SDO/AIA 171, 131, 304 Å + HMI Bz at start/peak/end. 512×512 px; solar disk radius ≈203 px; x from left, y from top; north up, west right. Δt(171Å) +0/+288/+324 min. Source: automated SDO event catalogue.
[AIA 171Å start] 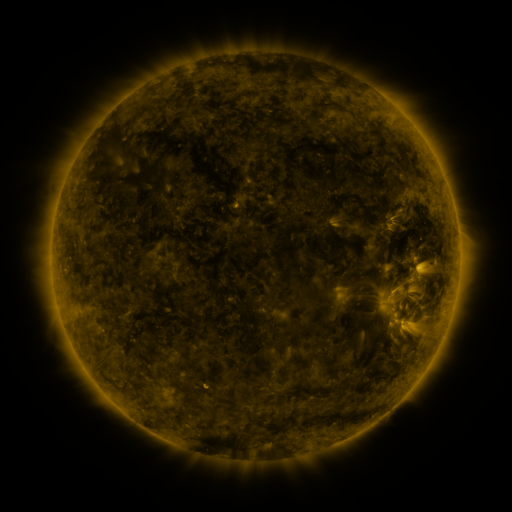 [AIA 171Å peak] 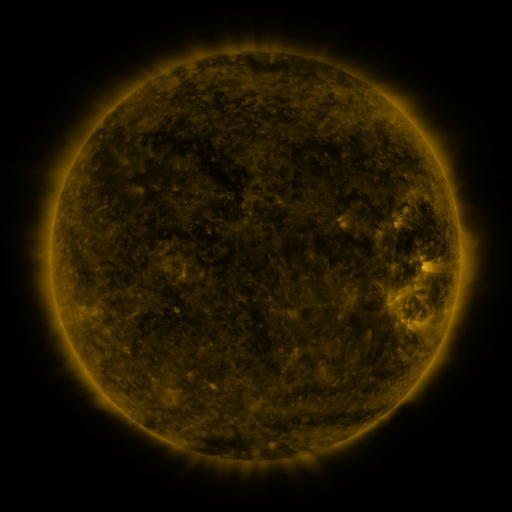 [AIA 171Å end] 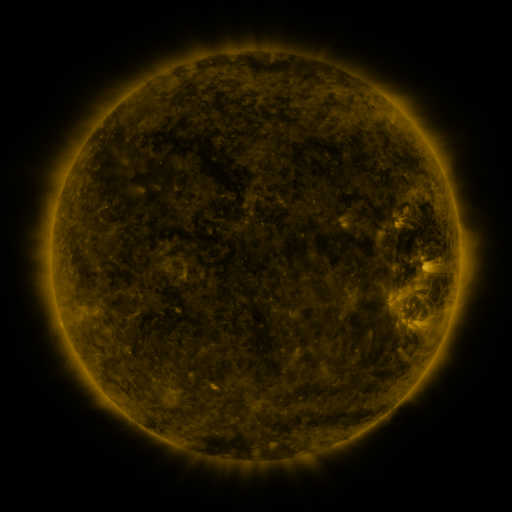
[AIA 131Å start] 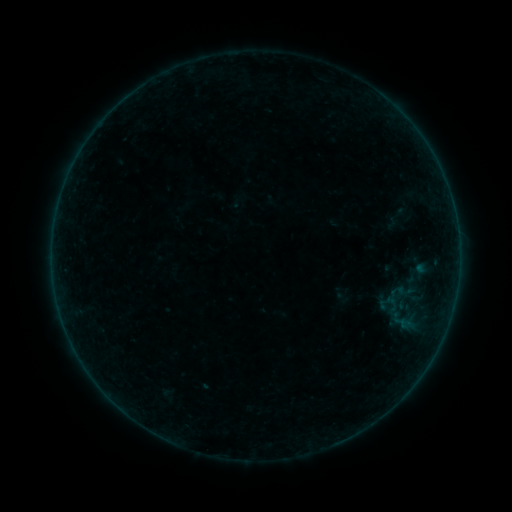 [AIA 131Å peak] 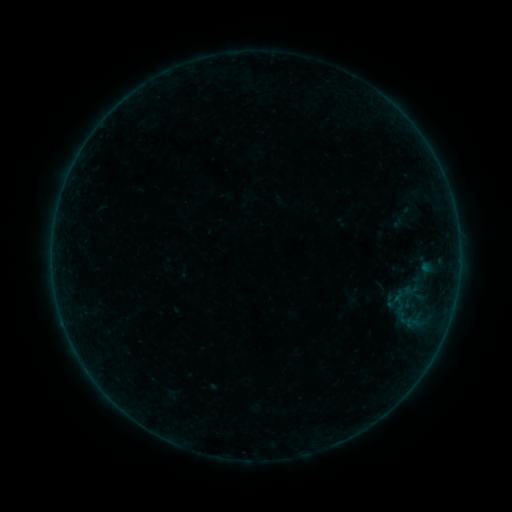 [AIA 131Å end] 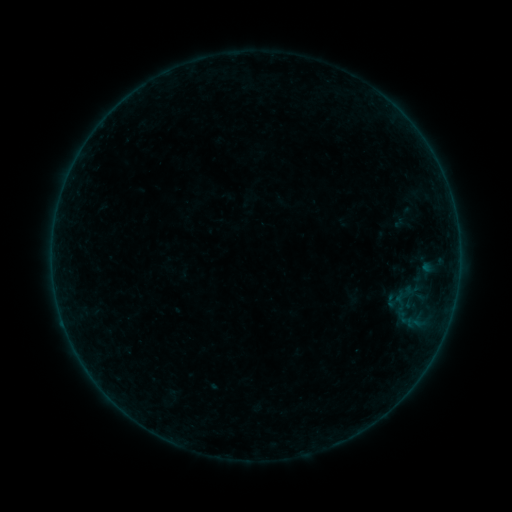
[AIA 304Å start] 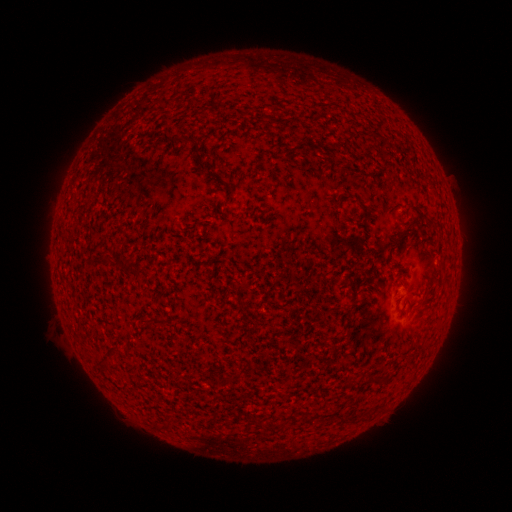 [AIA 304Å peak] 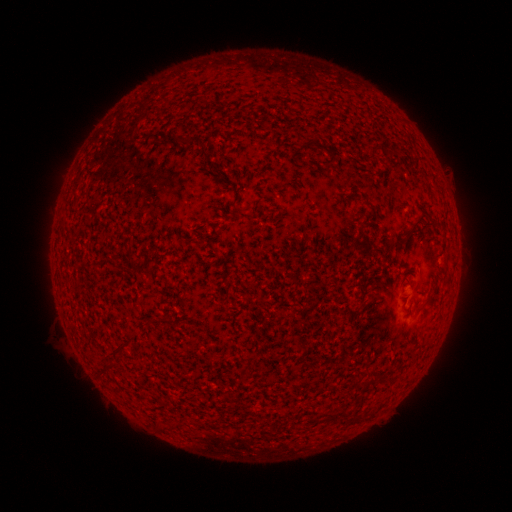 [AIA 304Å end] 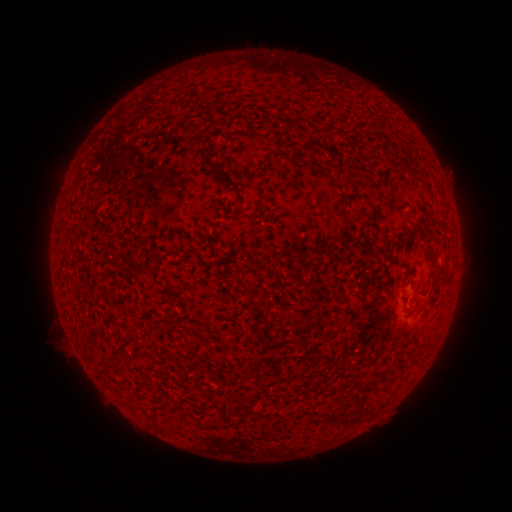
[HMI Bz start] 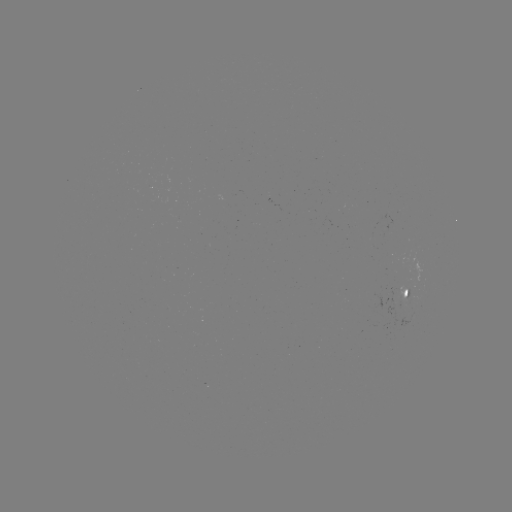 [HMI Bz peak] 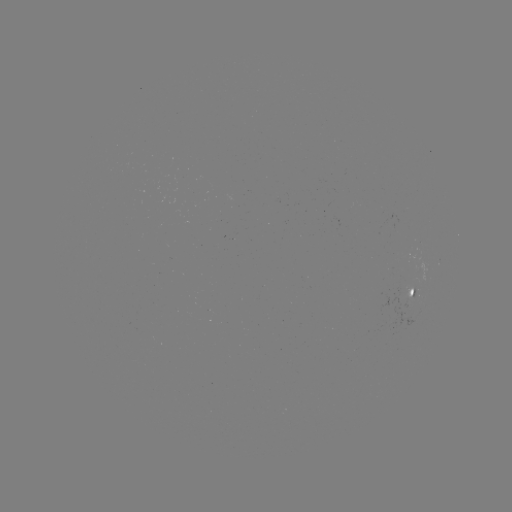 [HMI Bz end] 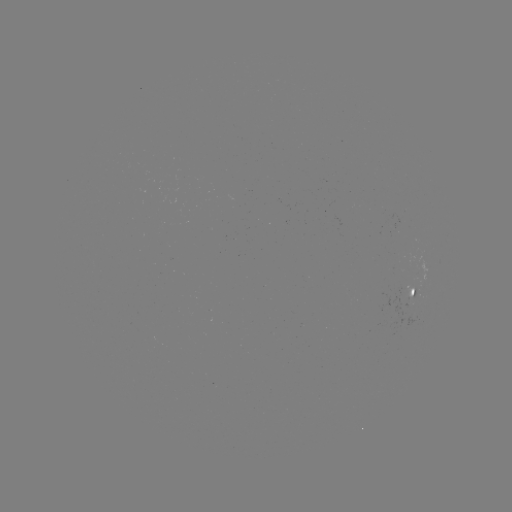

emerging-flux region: [403, 285, 412, 304]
